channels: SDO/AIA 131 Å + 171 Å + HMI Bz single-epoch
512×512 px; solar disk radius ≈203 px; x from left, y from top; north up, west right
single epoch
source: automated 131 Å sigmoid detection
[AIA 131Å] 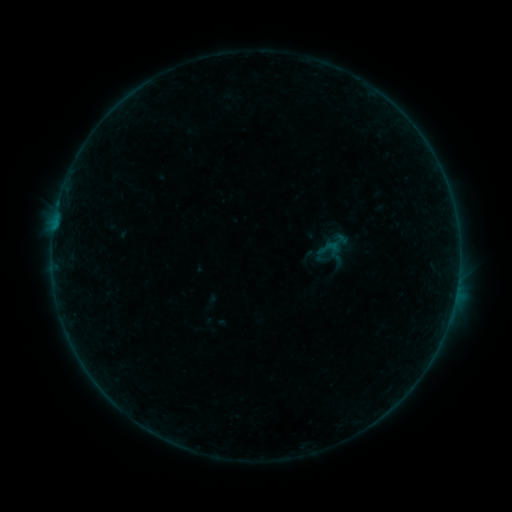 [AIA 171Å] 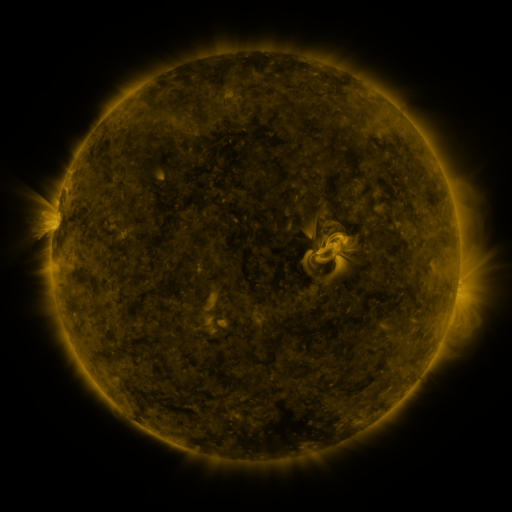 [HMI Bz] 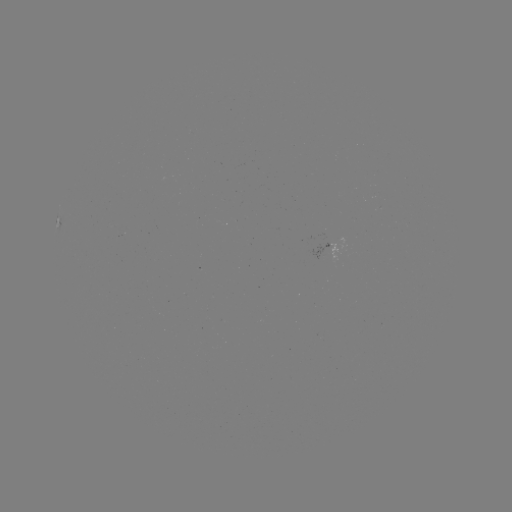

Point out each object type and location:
sigmoid: [316, 236, 339, 261]
